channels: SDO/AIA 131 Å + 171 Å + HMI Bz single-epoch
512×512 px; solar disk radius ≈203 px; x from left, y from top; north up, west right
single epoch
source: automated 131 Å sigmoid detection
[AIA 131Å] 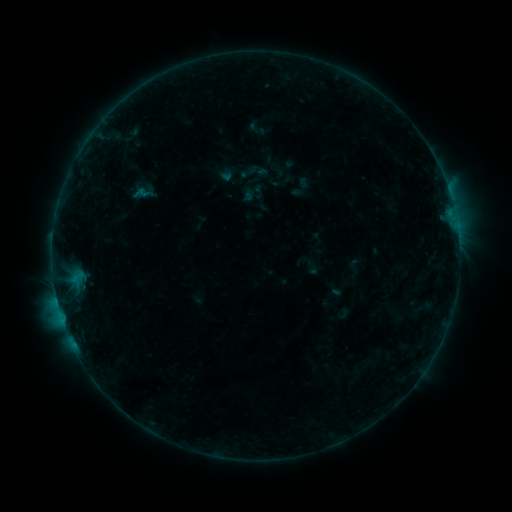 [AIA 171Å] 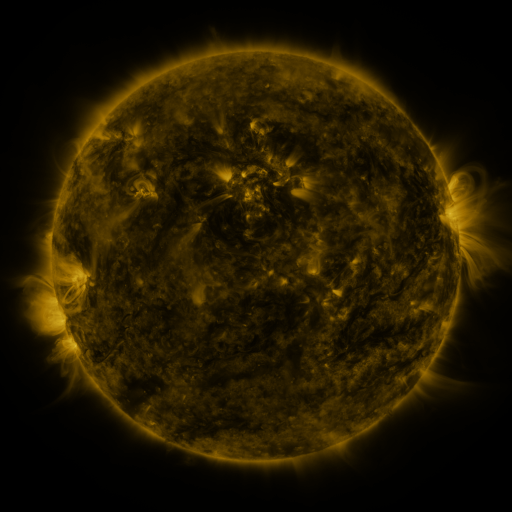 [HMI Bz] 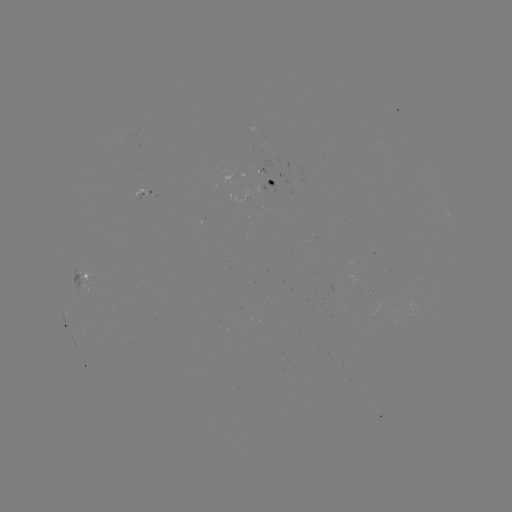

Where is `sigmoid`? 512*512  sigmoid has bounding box [131, 184, 149, 203].